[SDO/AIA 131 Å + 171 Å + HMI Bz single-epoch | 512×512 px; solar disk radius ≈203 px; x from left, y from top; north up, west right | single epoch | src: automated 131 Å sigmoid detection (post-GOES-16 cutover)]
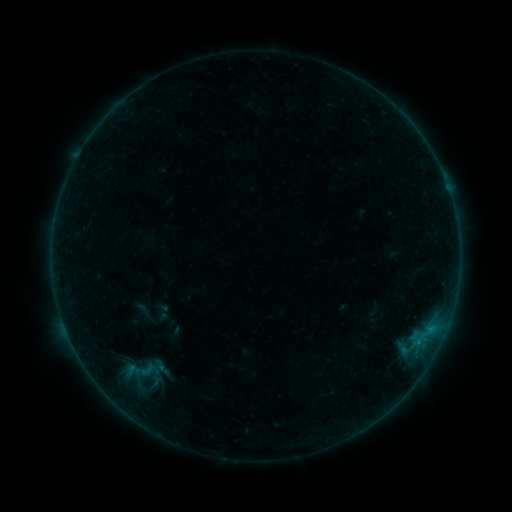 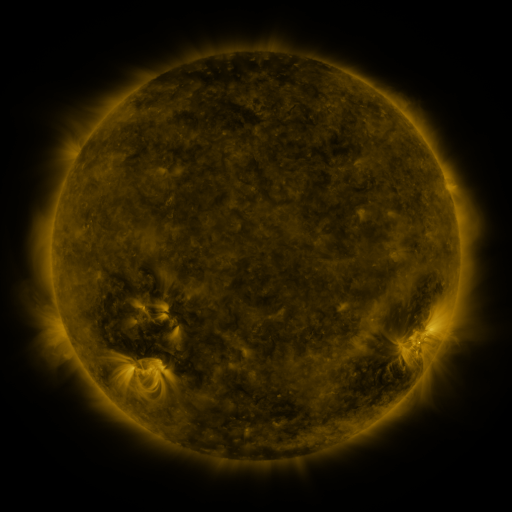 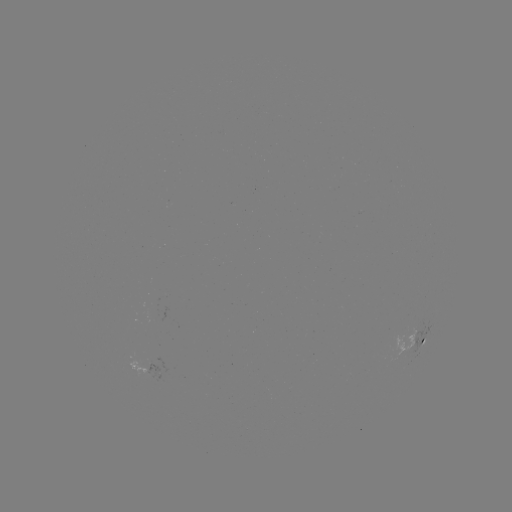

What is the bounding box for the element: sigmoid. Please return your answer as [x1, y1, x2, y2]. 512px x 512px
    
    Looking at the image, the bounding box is [108, 353, 166, 387].